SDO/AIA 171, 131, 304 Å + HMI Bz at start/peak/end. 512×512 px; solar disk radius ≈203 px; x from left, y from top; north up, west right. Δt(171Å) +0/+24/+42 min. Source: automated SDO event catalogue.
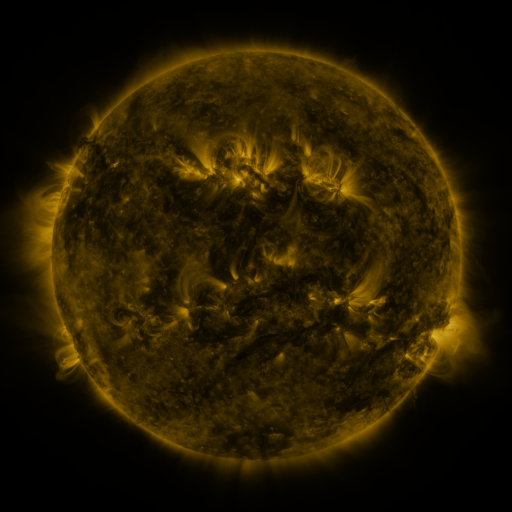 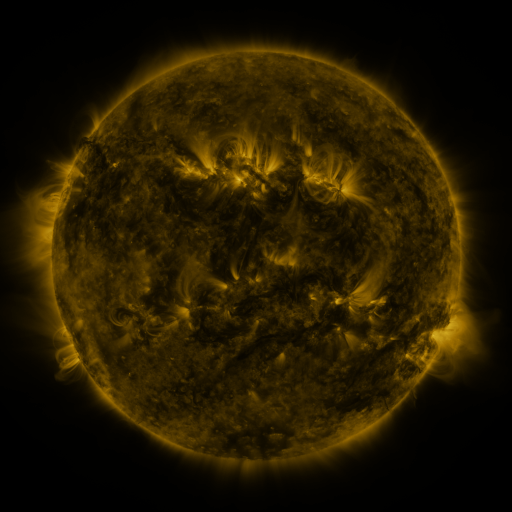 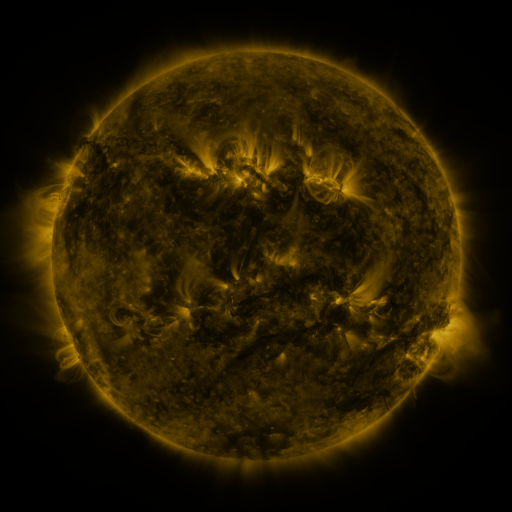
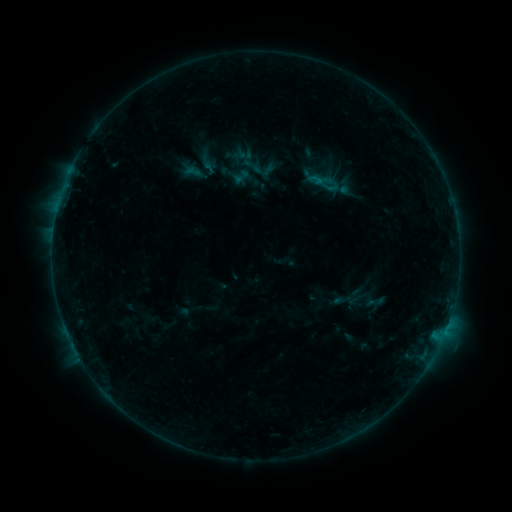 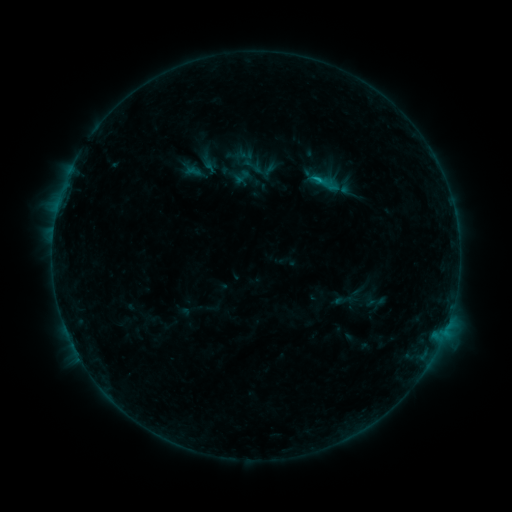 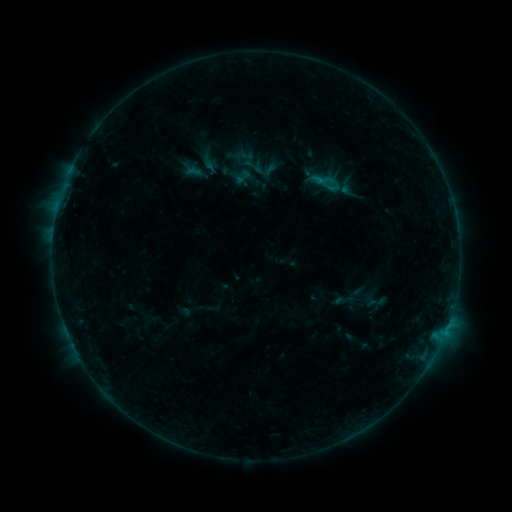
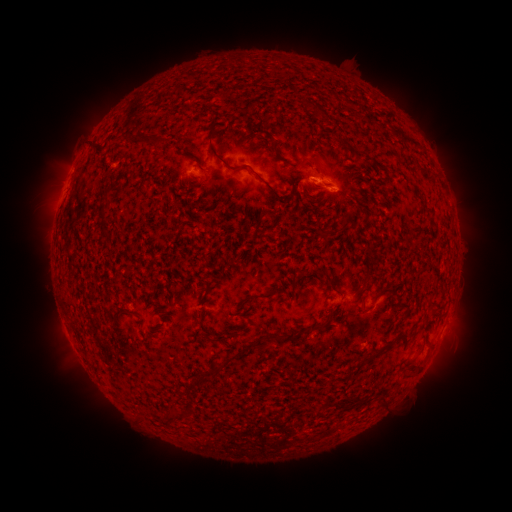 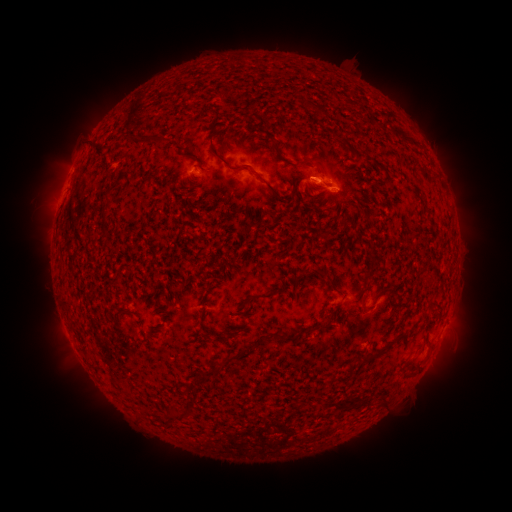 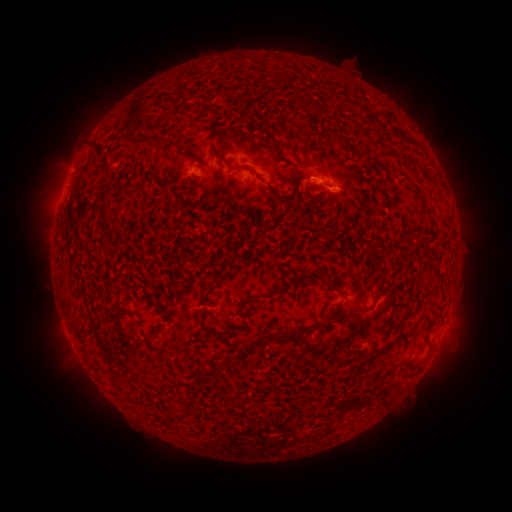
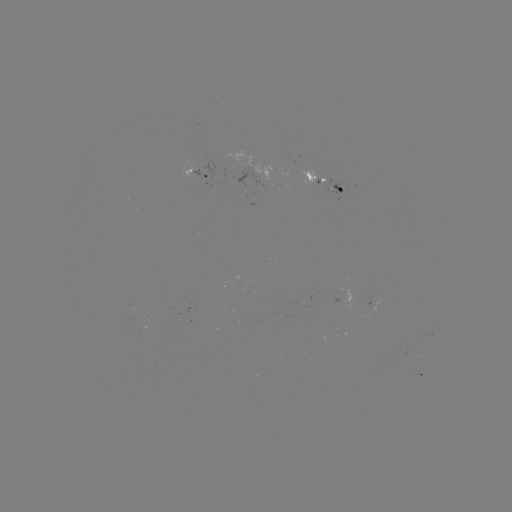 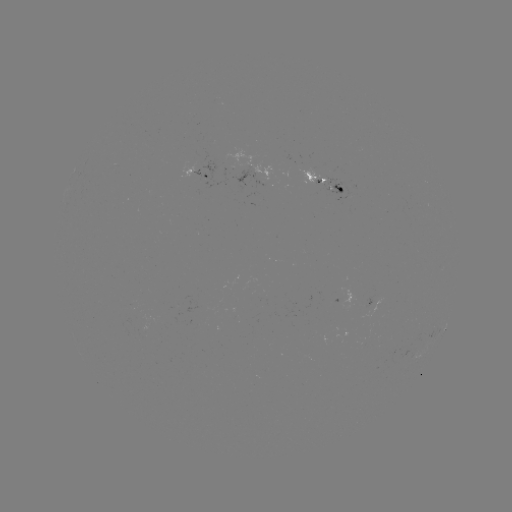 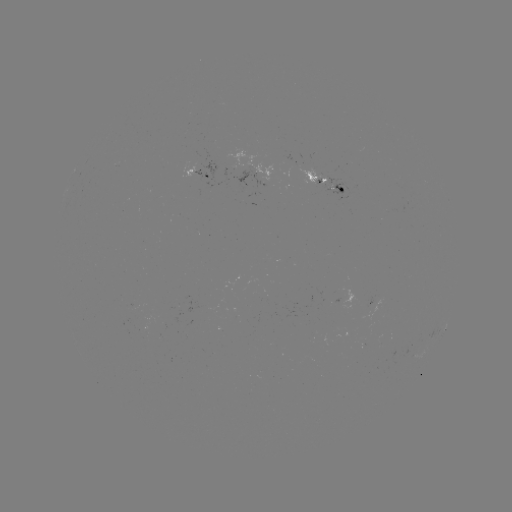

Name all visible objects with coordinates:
B7.2 flare: (316, 183)
